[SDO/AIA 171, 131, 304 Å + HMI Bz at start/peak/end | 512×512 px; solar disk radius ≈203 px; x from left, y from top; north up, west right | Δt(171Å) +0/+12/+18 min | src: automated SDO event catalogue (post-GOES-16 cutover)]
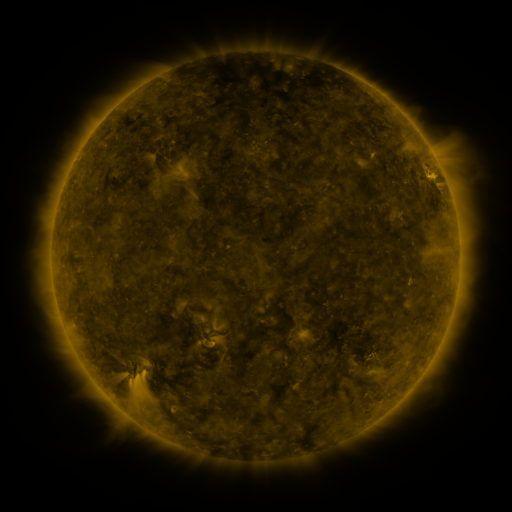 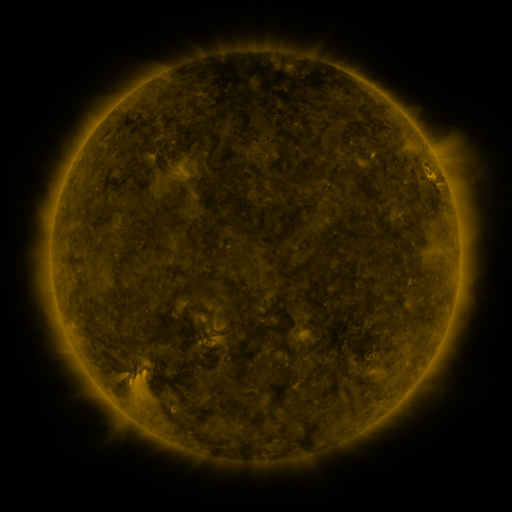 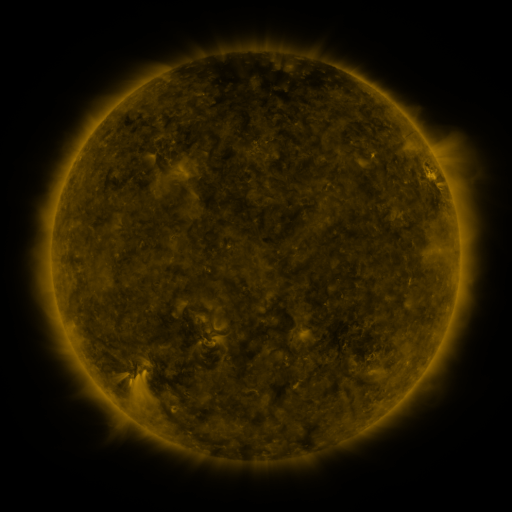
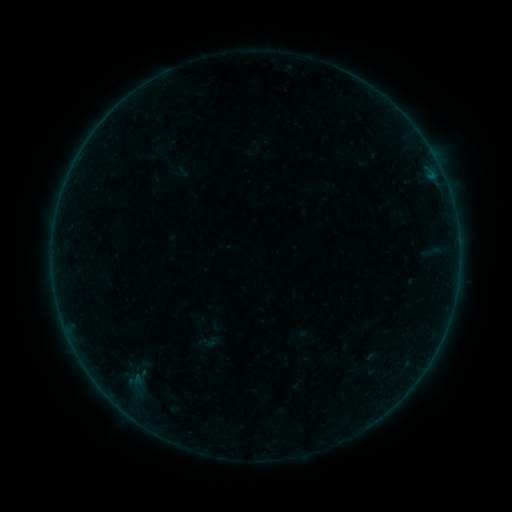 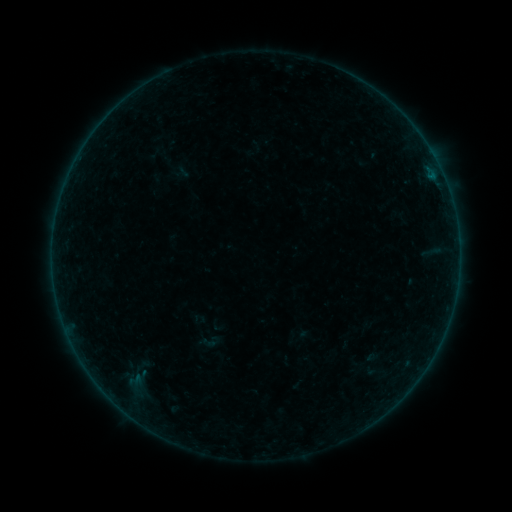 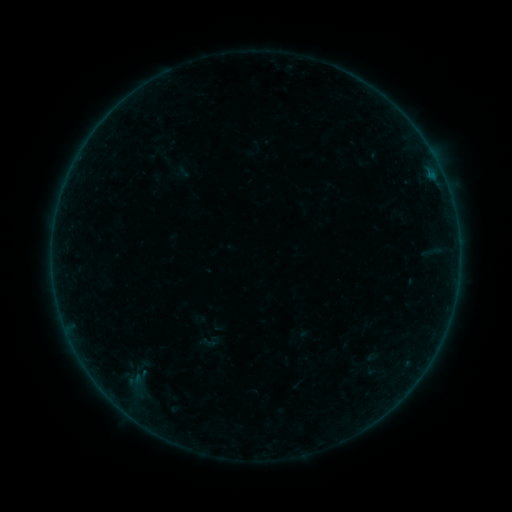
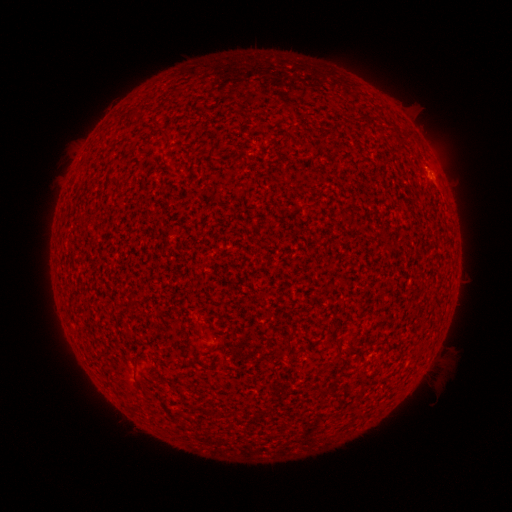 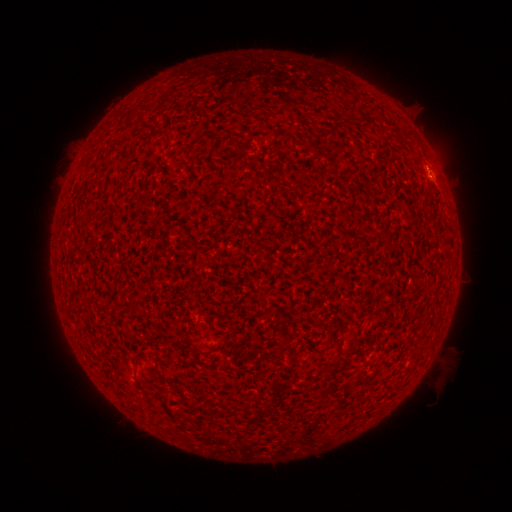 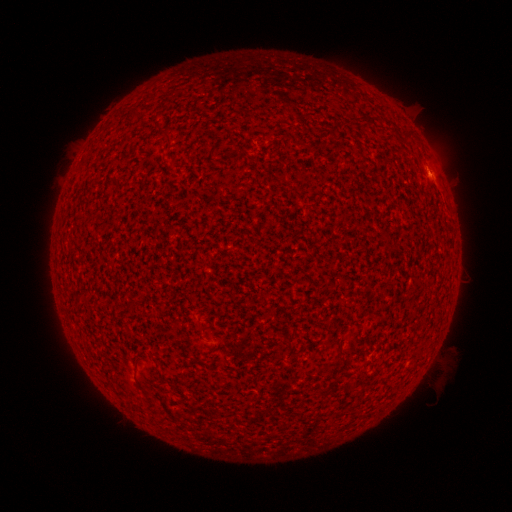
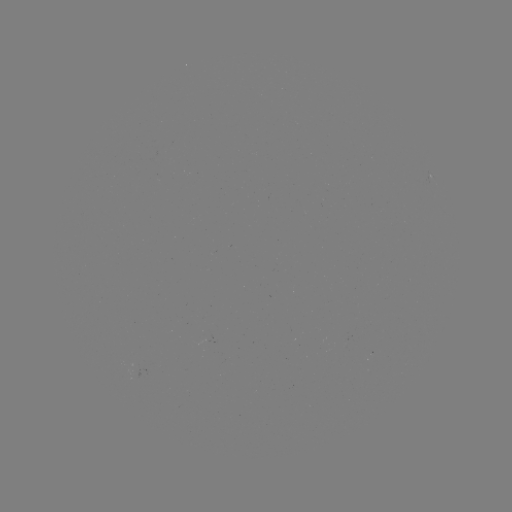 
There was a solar flare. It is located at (431, 173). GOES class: A4.7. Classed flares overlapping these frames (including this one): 1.